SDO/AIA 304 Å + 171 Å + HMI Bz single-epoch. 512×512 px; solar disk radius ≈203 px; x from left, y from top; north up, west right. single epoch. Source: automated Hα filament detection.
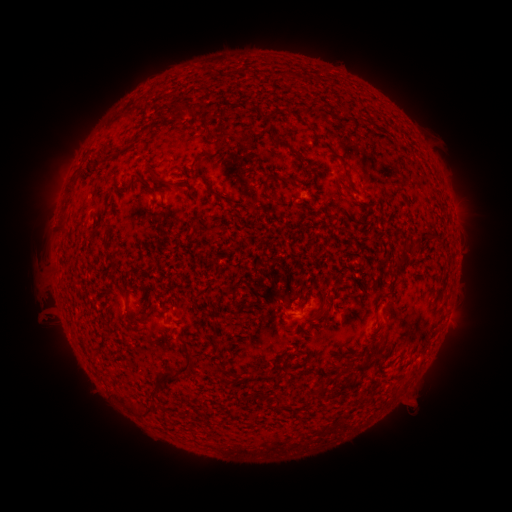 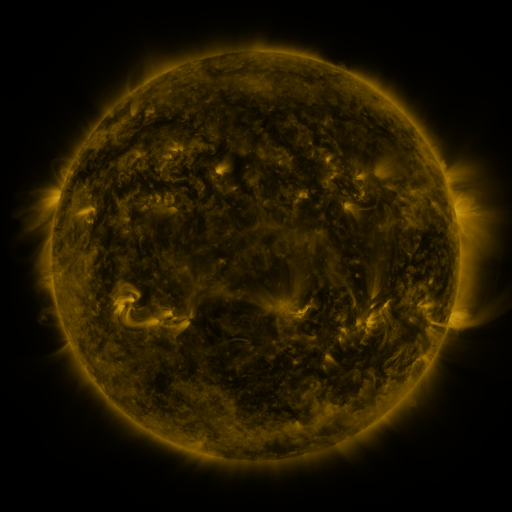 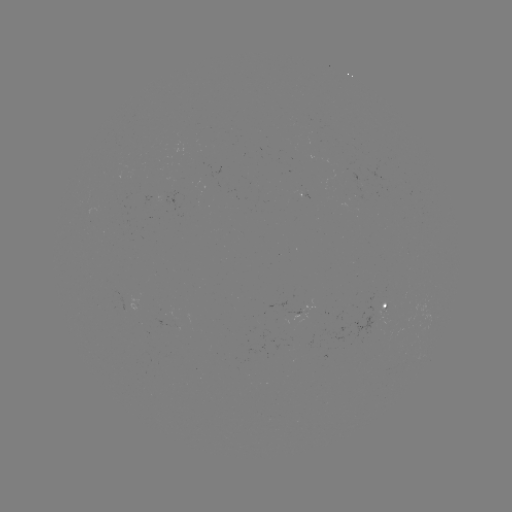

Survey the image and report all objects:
filament: (179, 108)
filament: (210, 131)
filament: (346, 173)
filament: (157, 175)
filament: (285, 180)
filament: (171, 184)
filament: (216, 193)
filament: (109, 230)
filament: (404, 260)
filament: (322, 308)
filament: (374, 348)
filament: (177, 370)
filament: (361, 370)
filament: (269, 375)
filament: (152, 392)
filament: (275, 404)
filament: (150, 407)
filament: (134, 408)
